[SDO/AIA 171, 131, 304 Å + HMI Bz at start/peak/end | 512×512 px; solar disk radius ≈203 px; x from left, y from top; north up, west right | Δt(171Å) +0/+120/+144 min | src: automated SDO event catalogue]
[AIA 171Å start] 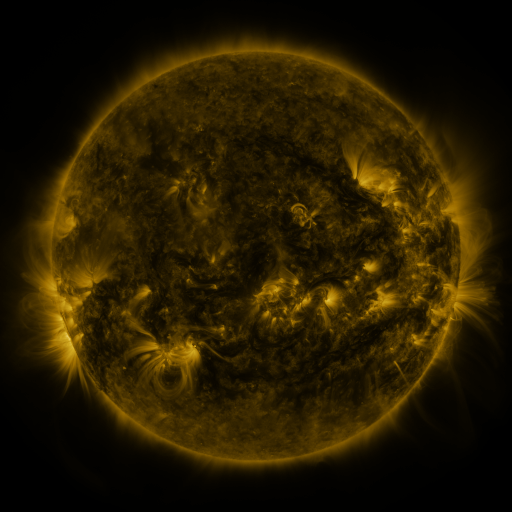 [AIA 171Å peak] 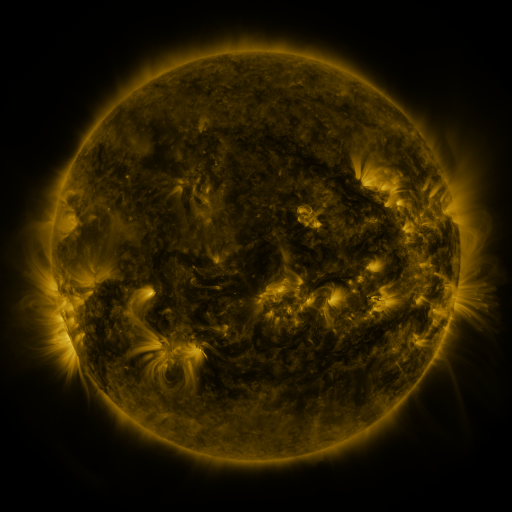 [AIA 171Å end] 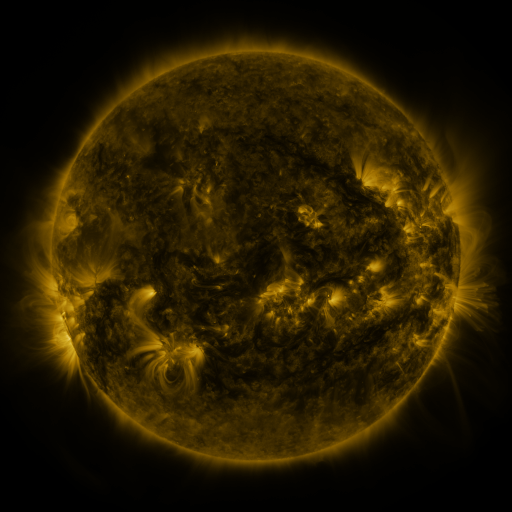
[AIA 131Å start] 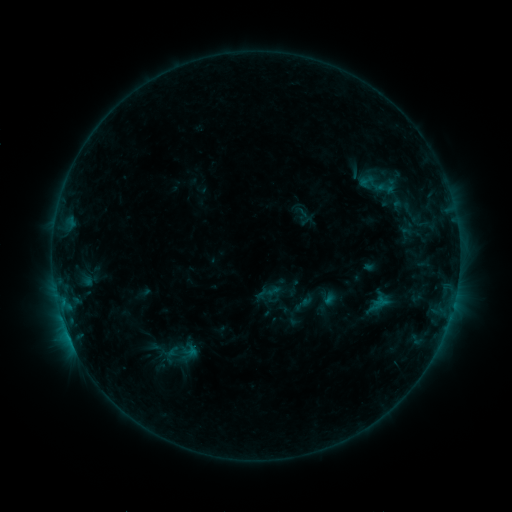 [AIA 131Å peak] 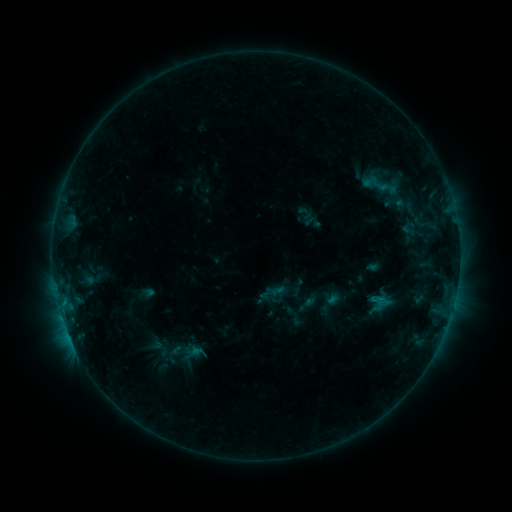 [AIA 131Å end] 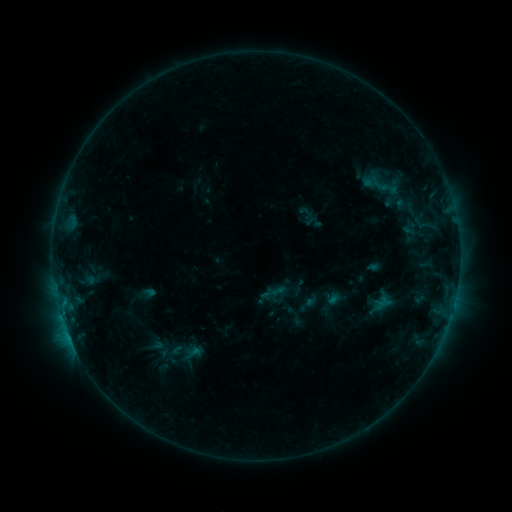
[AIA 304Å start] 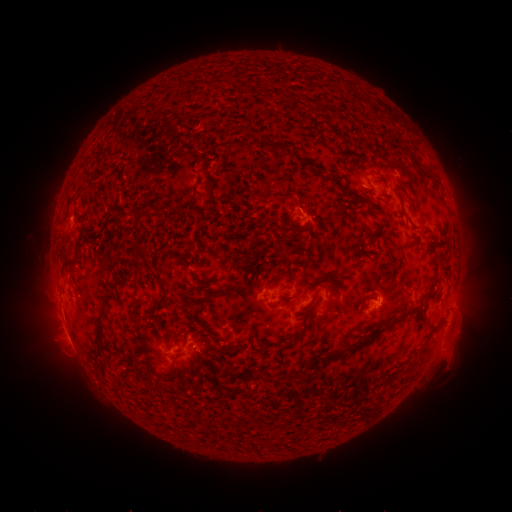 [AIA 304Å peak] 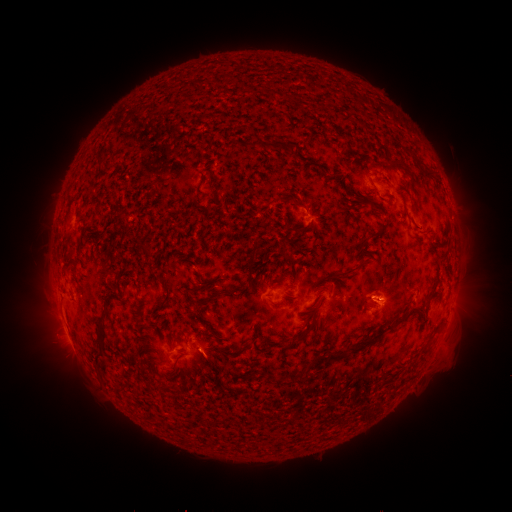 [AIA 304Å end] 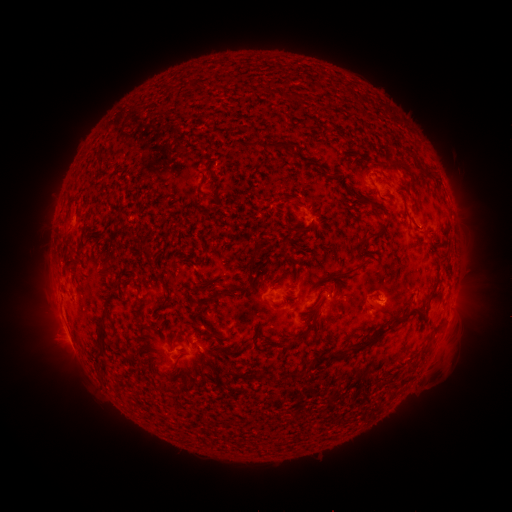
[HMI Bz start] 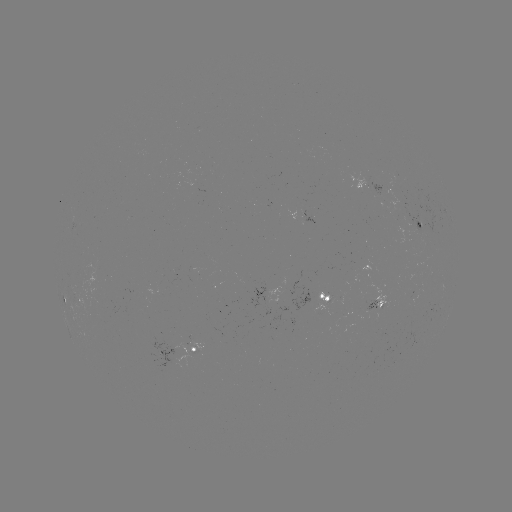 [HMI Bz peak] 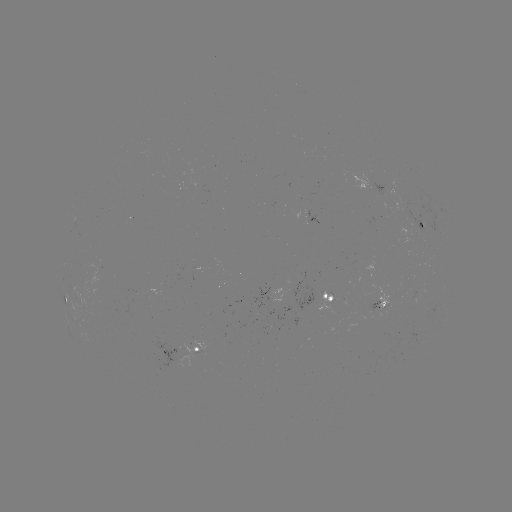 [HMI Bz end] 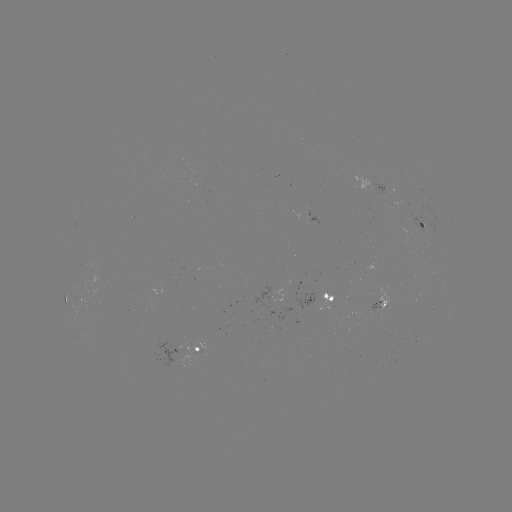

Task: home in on emerging-flux region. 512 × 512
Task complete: (376, 309).